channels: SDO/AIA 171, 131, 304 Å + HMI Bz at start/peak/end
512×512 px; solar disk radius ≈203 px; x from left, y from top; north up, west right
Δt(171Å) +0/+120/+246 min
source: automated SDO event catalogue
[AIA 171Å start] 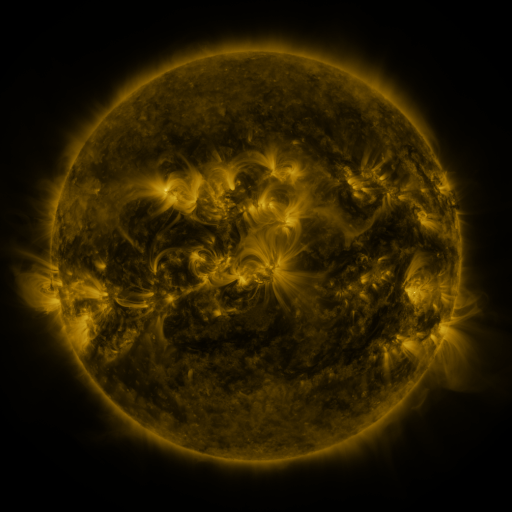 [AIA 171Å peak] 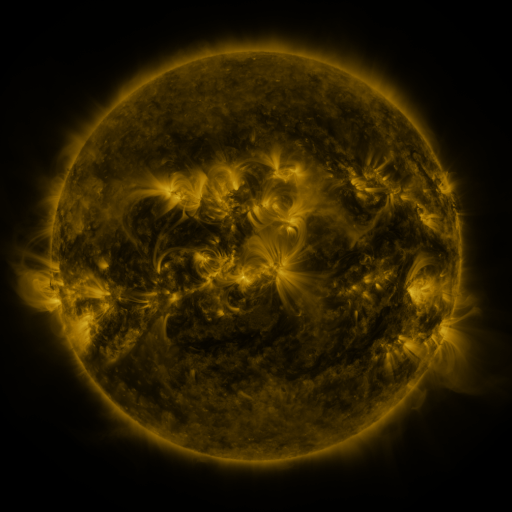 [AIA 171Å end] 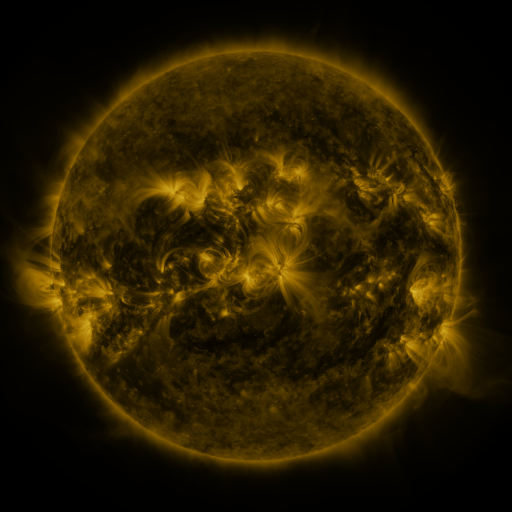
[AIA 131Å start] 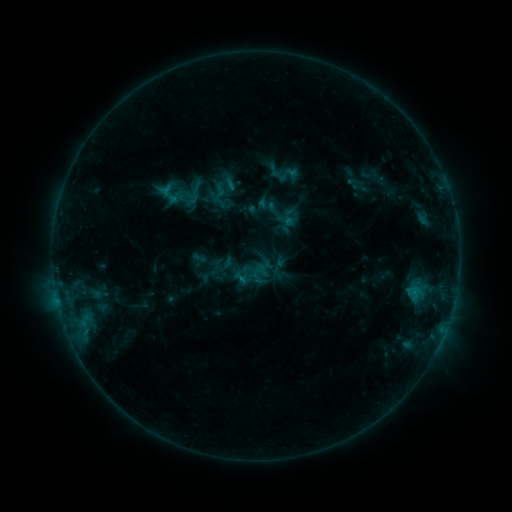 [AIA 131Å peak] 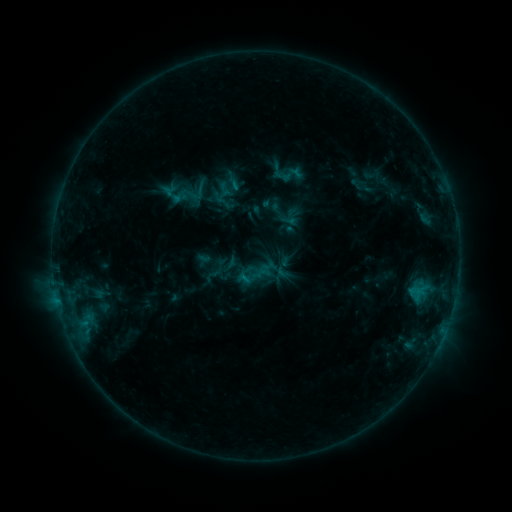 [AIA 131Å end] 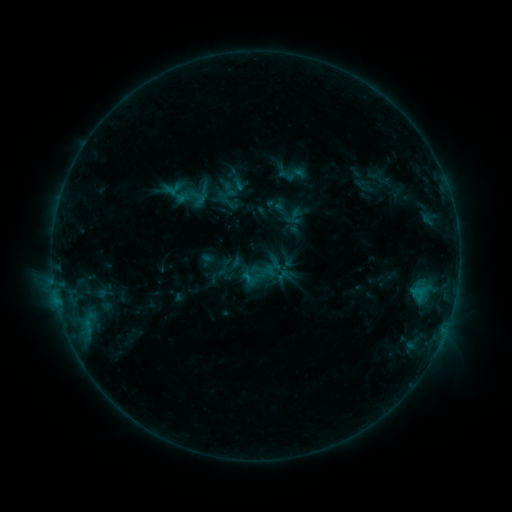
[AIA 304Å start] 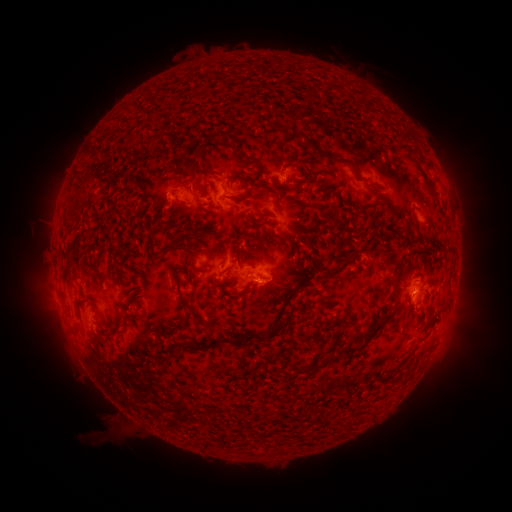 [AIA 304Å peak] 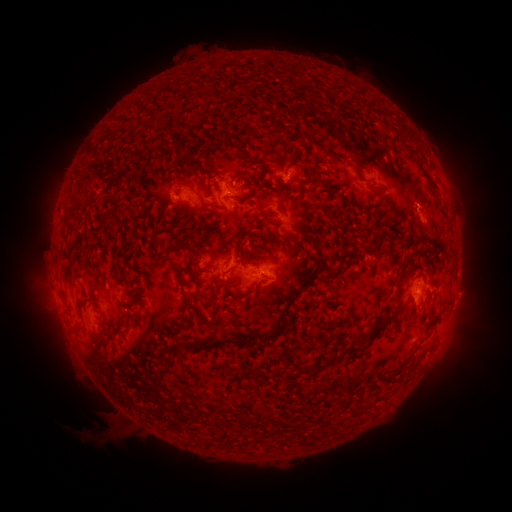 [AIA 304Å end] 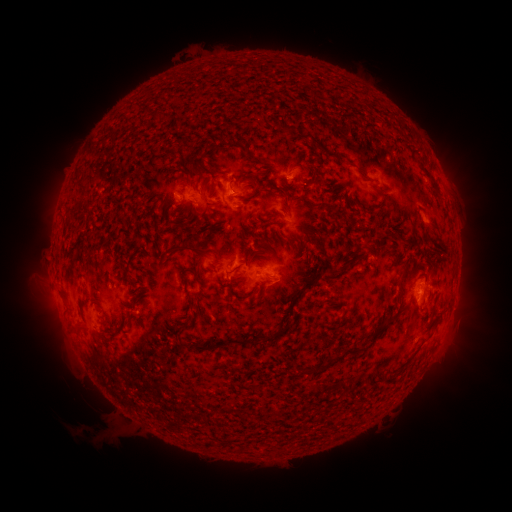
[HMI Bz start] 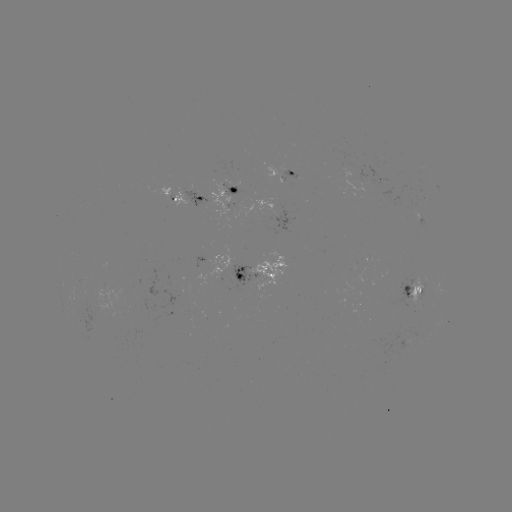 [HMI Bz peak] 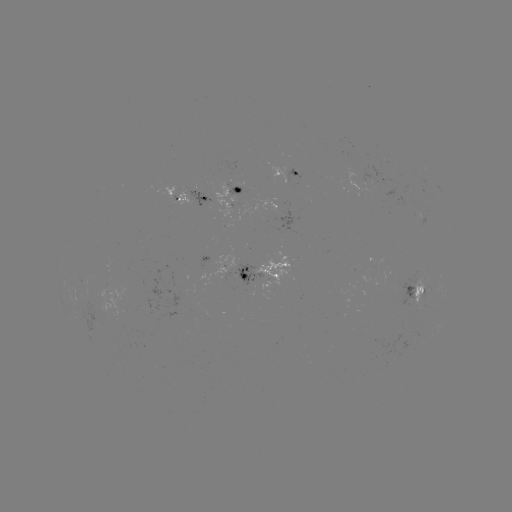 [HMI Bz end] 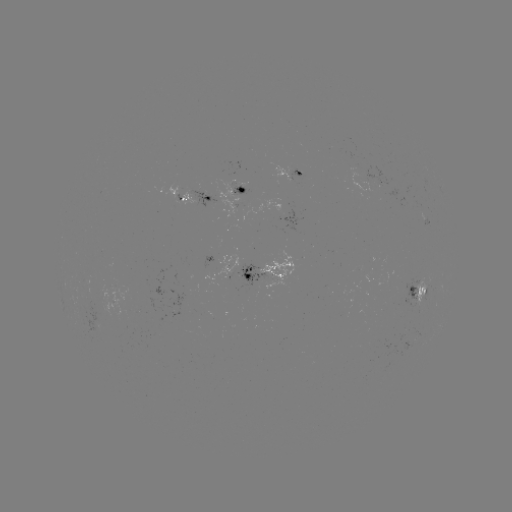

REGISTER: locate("filament eruption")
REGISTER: [342, 164]